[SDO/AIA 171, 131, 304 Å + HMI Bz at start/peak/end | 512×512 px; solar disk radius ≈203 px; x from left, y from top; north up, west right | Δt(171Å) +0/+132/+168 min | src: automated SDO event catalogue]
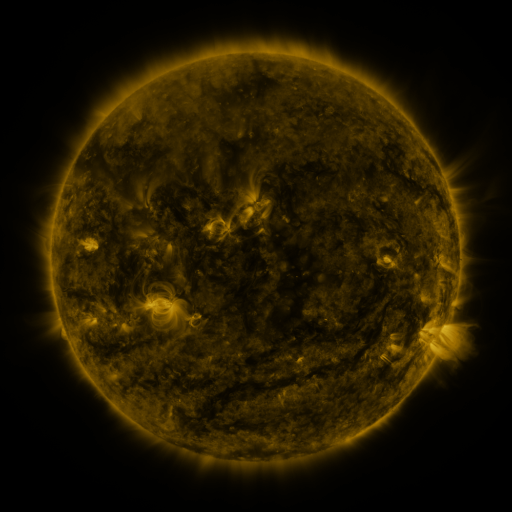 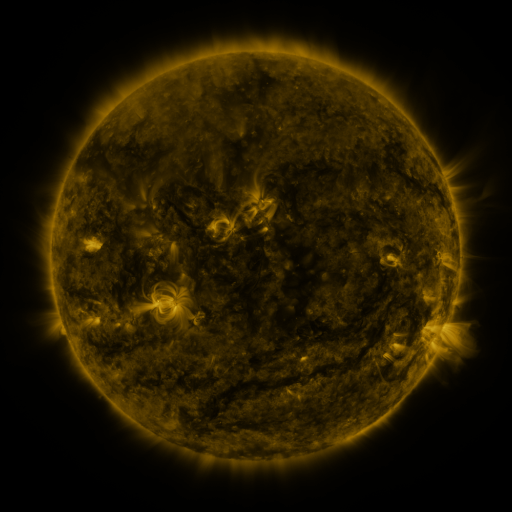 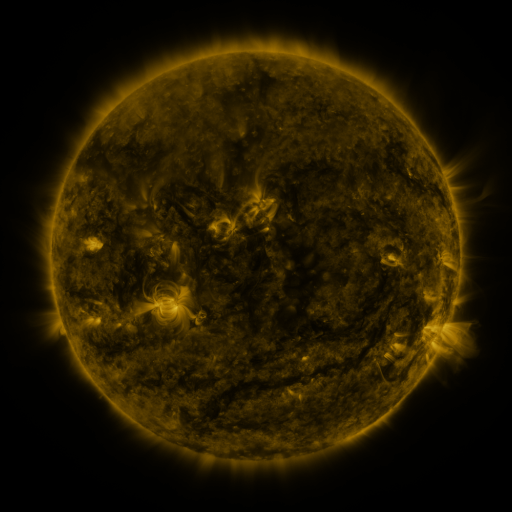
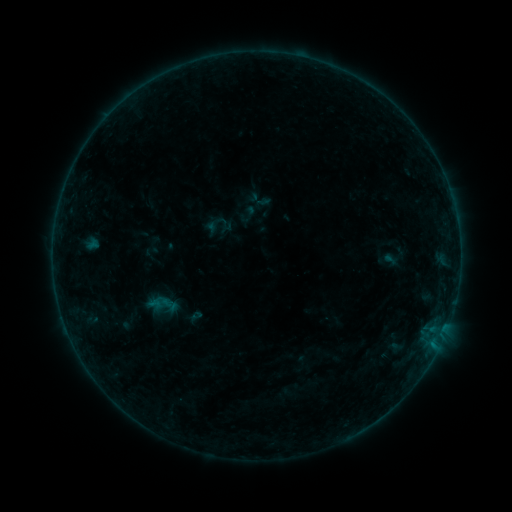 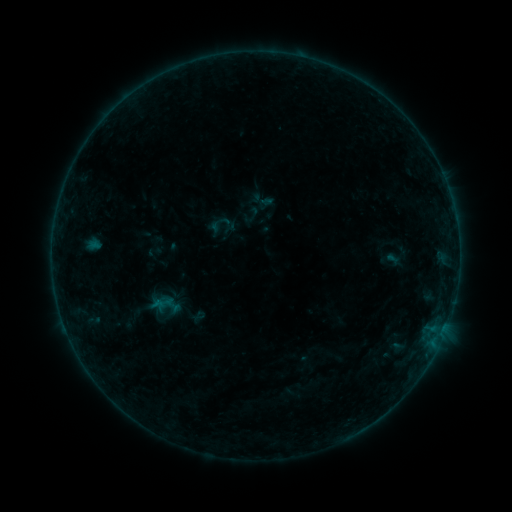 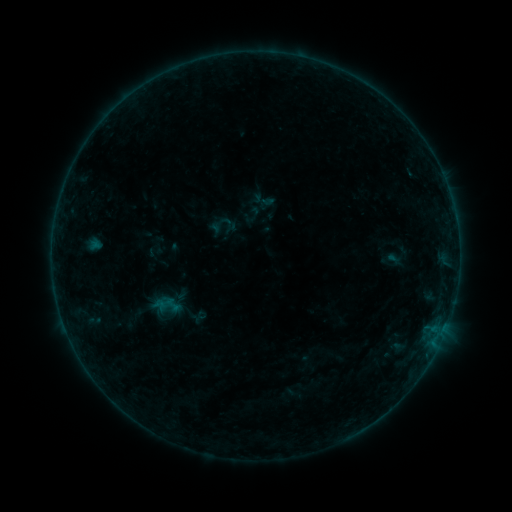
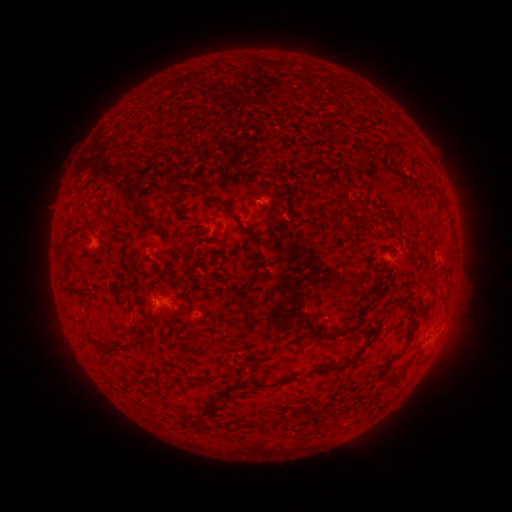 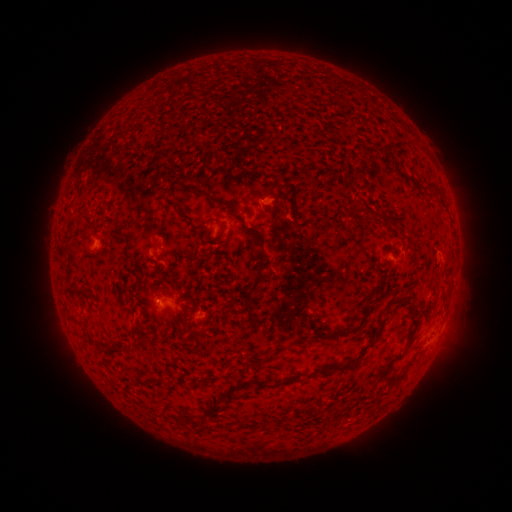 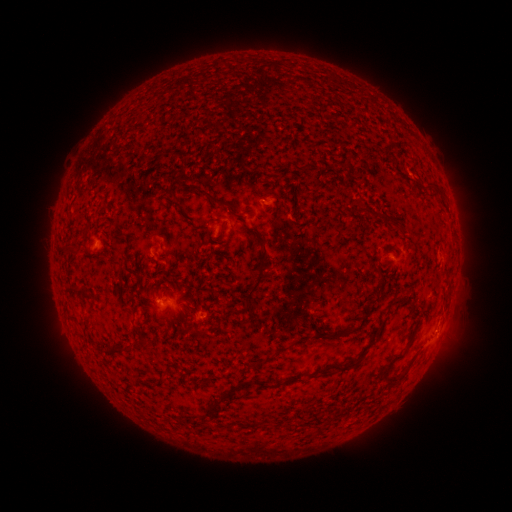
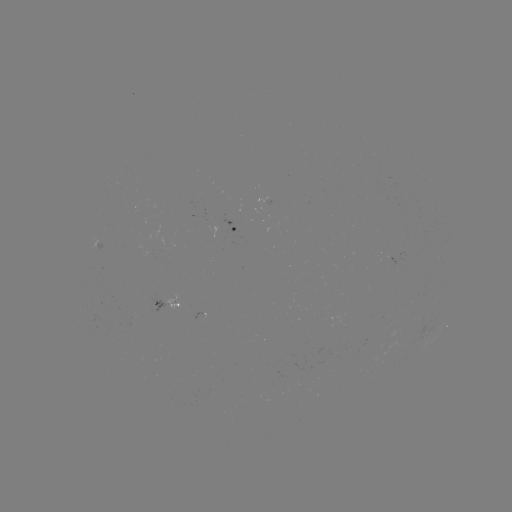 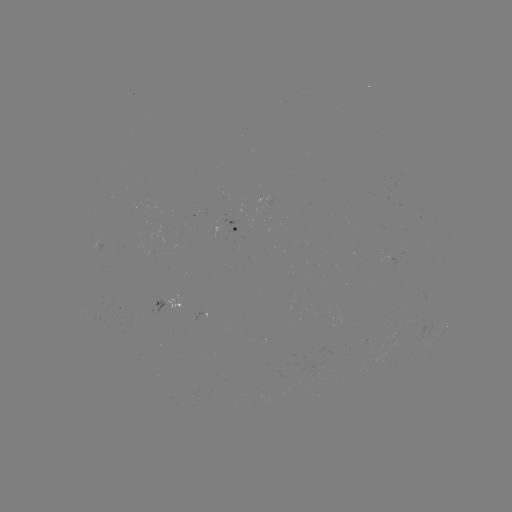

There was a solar emerging-flux region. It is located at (201, 315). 